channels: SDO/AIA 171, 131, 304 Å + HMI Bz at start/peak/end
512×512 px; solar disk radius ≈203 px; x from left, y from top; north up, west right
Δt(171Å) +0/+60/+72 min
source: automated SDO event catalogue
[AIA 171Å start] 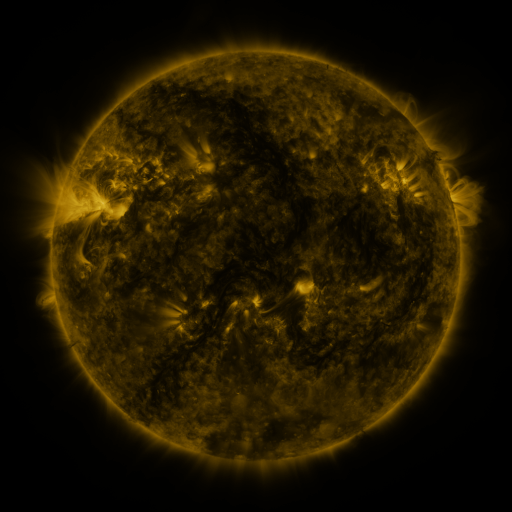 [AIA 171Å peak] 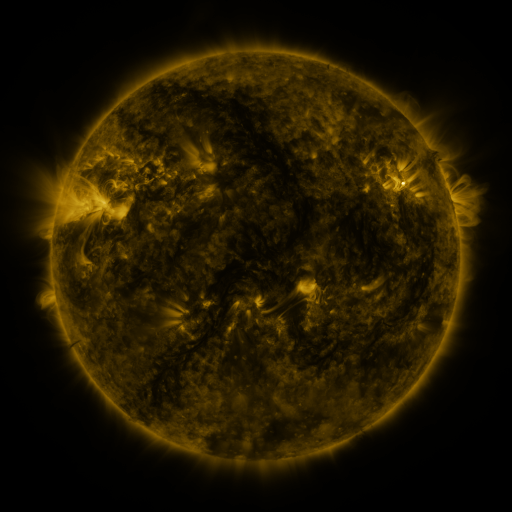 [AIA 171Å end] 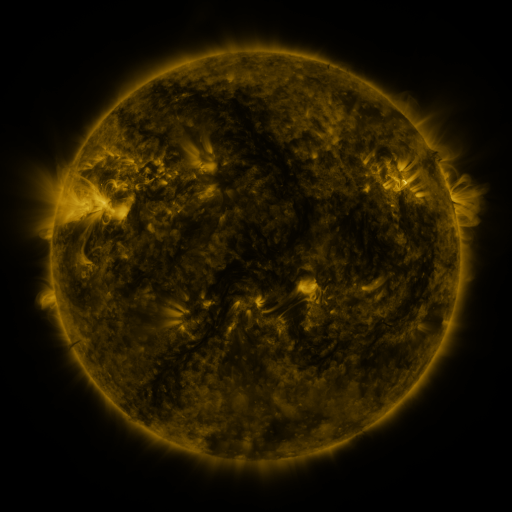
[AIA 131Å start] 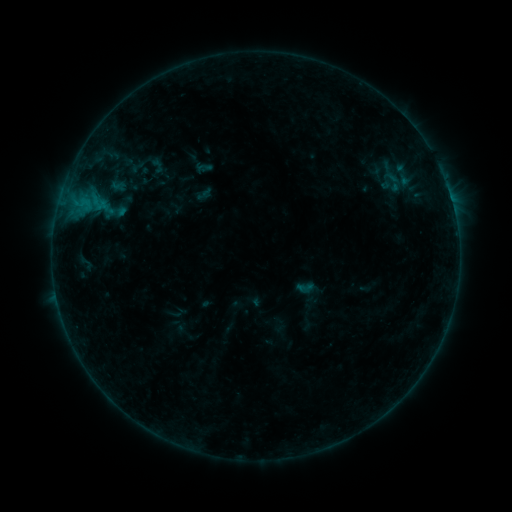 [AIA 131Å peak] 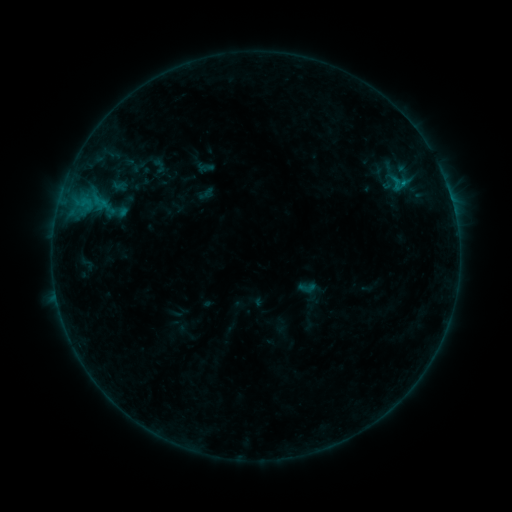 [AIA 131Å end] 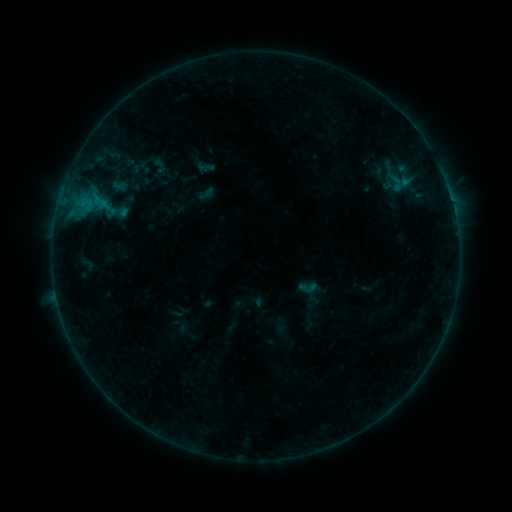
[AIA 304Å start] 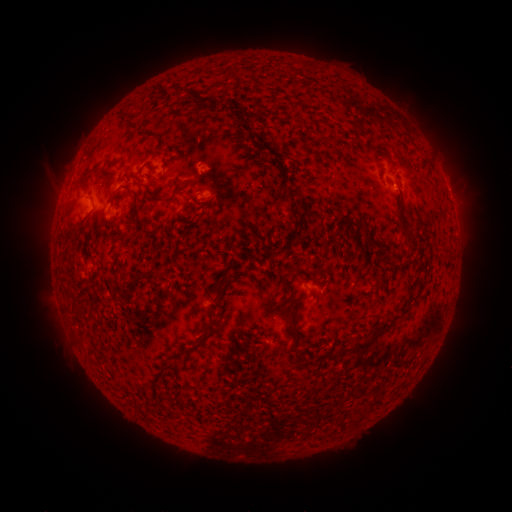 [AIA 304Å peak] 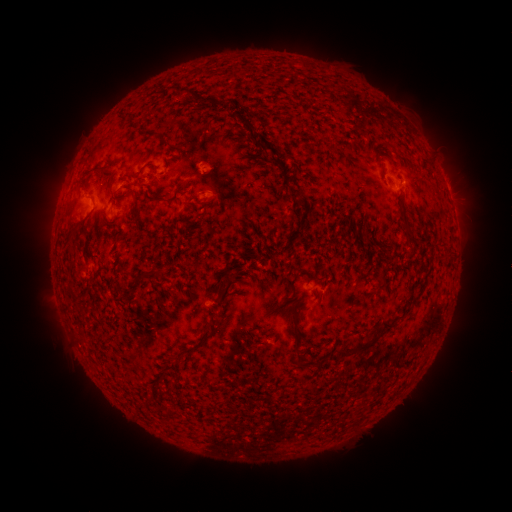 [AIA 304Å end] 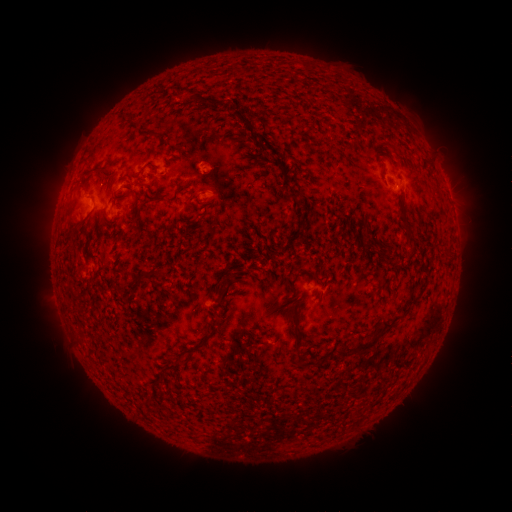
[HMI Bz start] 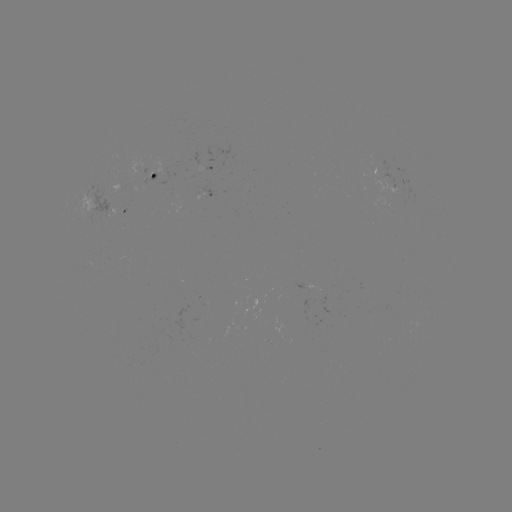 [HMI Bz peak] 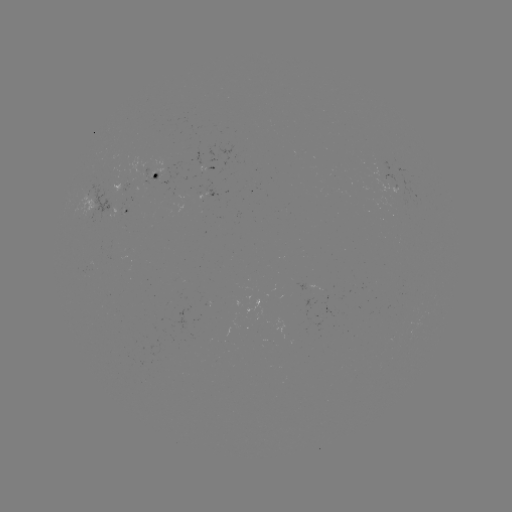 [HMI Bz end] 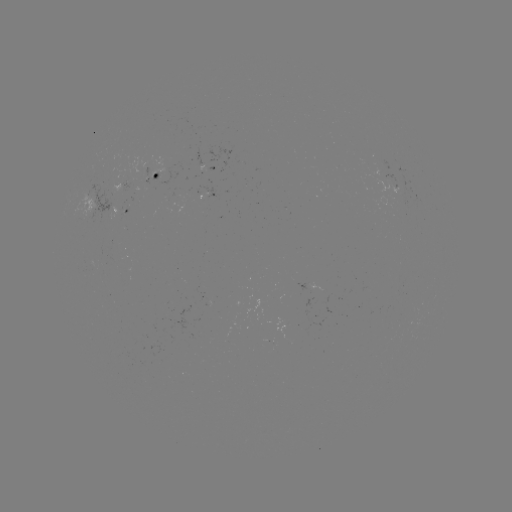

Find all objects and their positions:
emerging-flux region: (170, 164)
